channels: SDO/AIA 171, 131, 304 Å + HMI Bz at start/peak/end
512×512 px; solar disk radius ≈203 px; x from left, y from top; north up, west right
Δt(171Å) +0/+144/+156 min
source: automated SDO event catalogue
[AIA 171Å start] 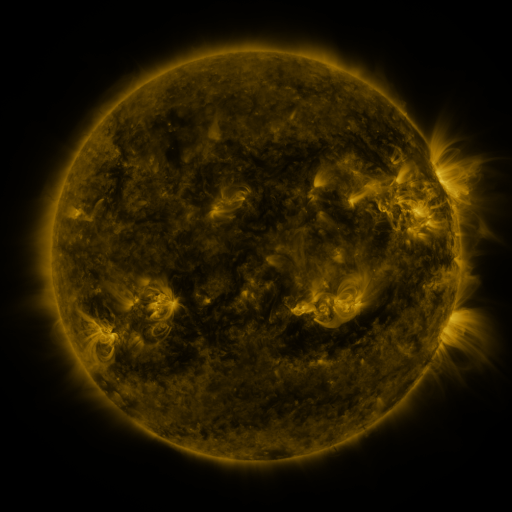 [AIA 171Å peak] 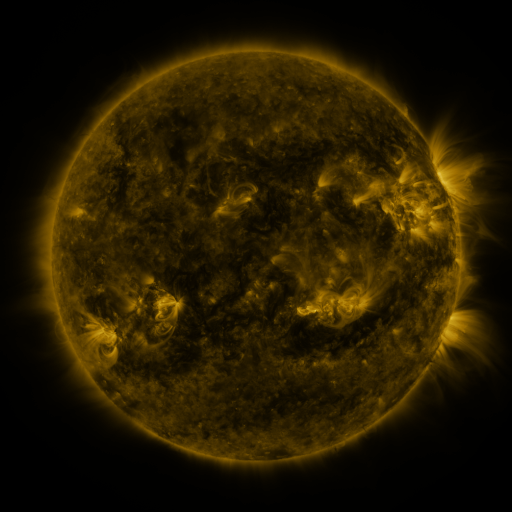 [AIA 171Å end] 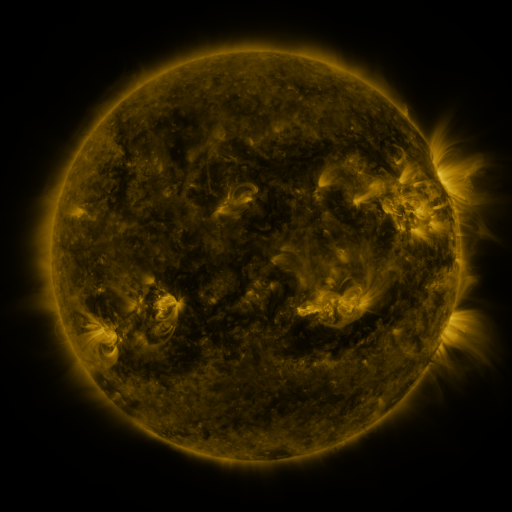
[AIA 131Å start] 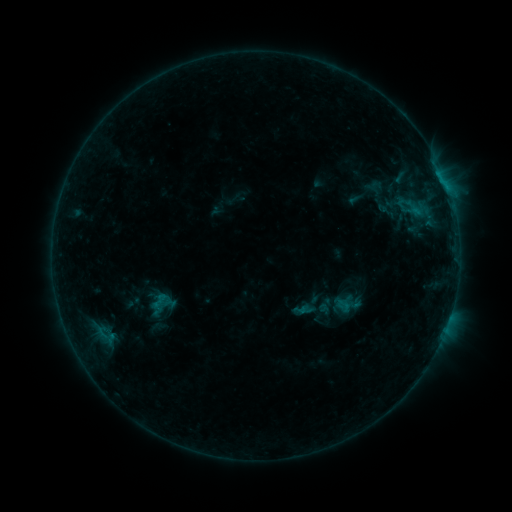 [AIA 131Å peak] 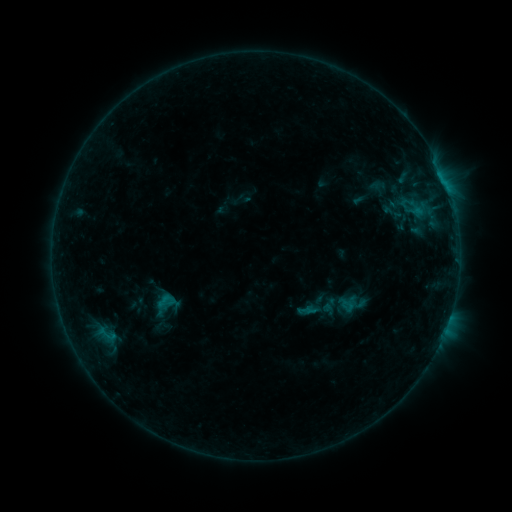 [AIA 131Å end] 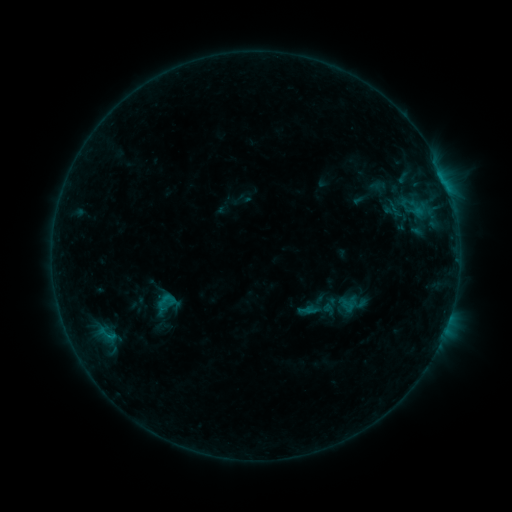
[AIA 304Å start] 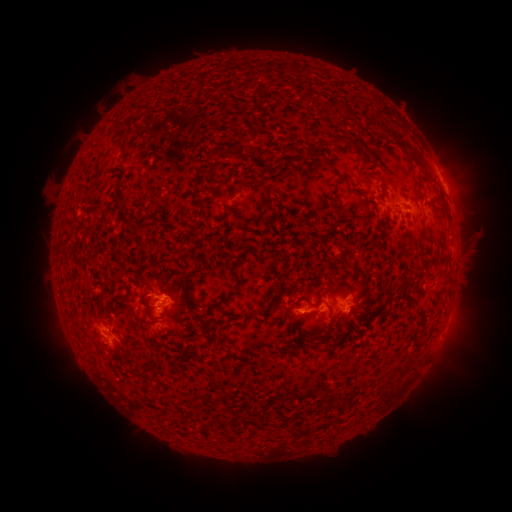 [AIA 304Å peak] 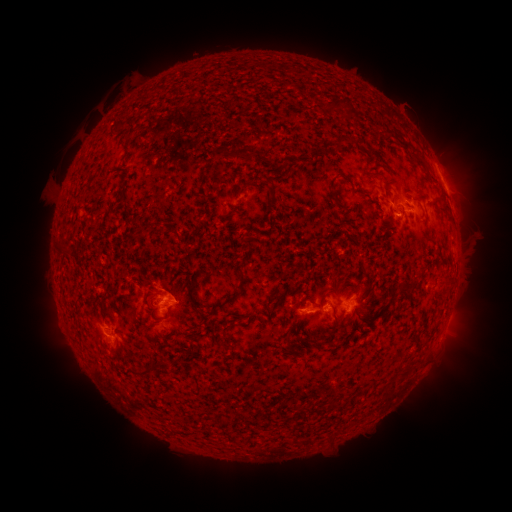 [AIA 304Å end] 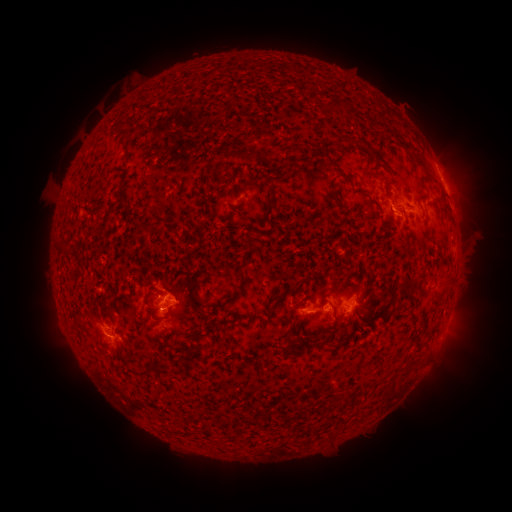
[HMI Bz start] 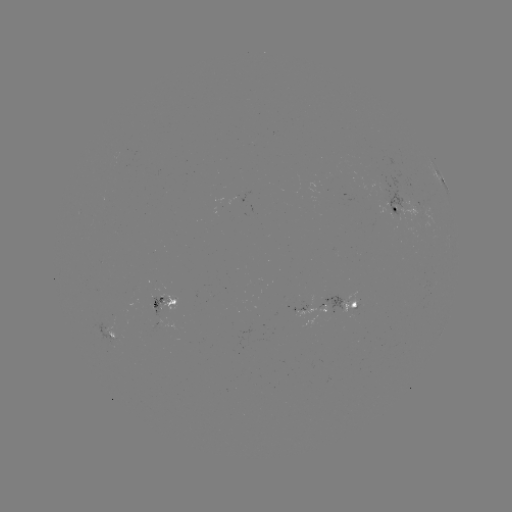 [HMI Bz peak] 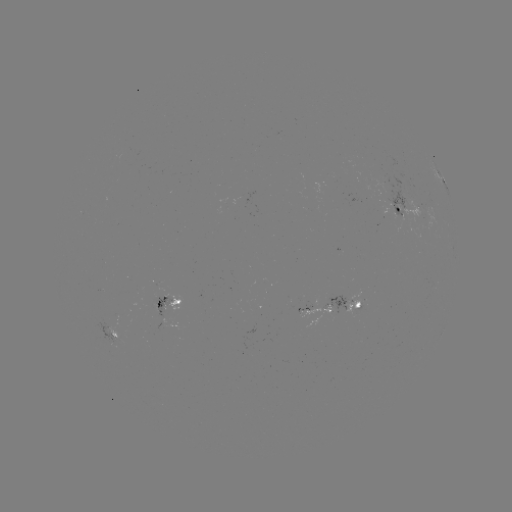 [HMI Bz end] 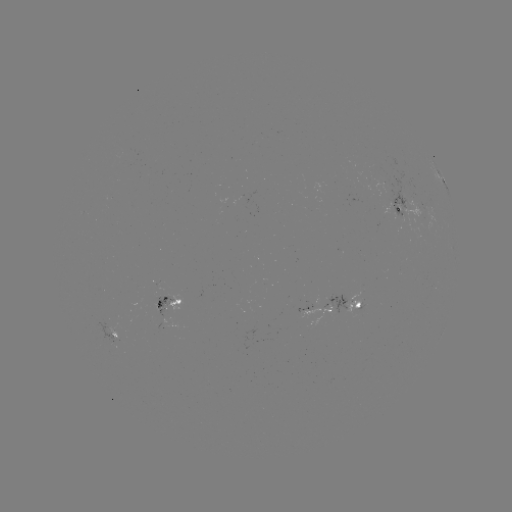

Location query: emerging-flux region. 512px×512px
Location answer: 163,306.